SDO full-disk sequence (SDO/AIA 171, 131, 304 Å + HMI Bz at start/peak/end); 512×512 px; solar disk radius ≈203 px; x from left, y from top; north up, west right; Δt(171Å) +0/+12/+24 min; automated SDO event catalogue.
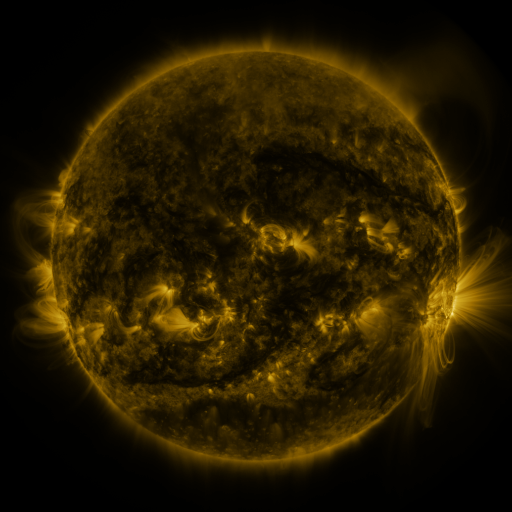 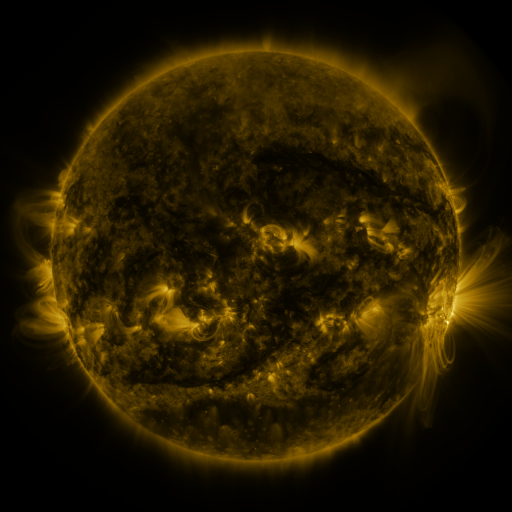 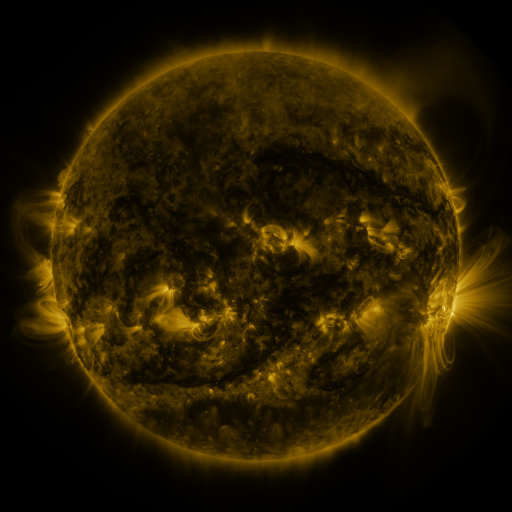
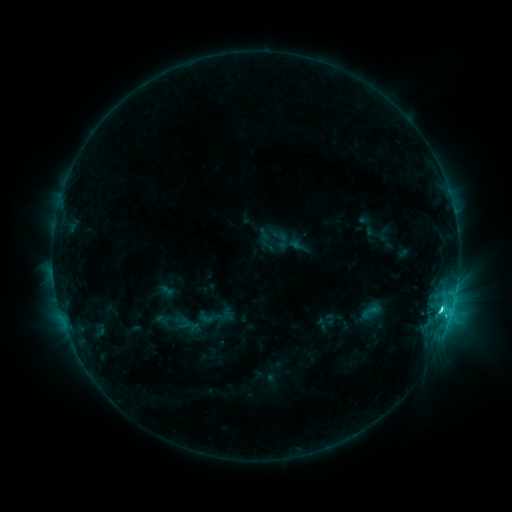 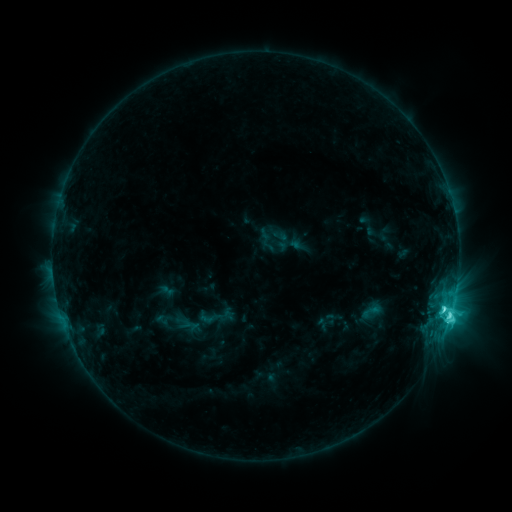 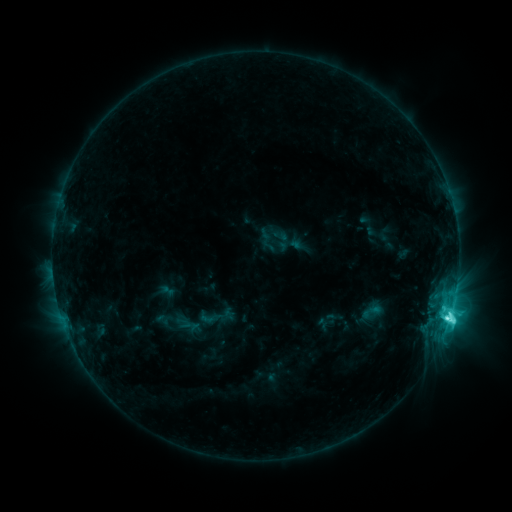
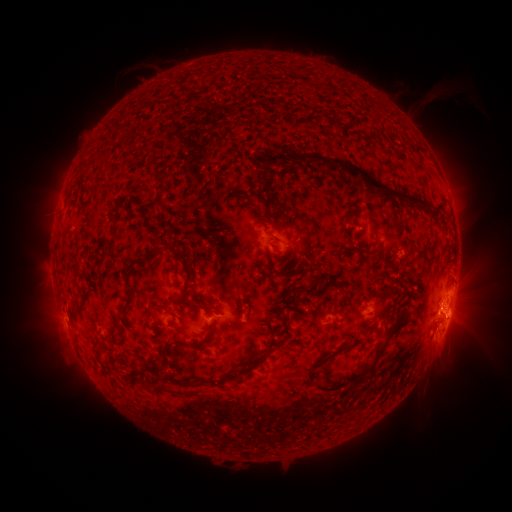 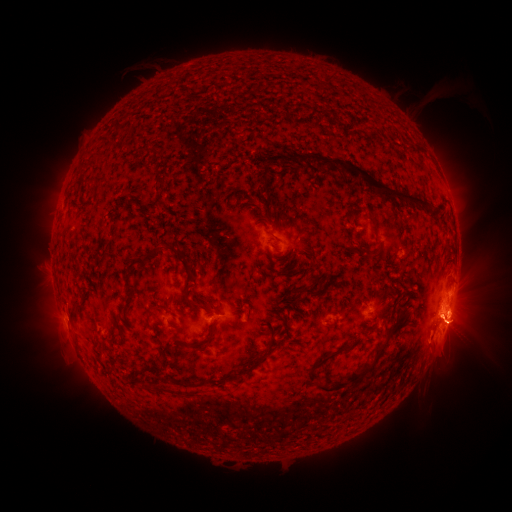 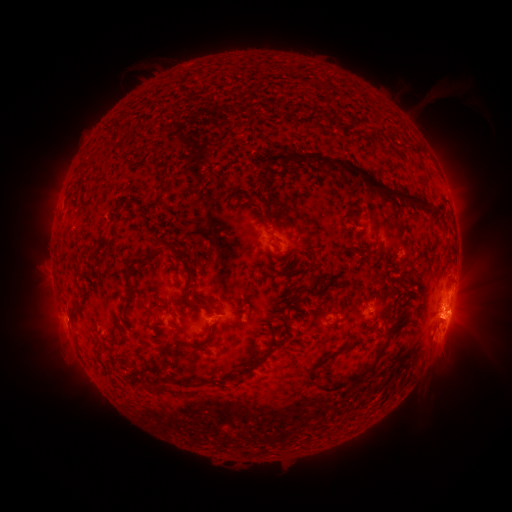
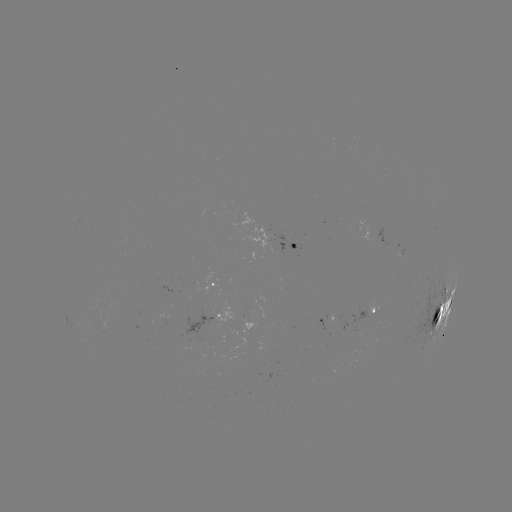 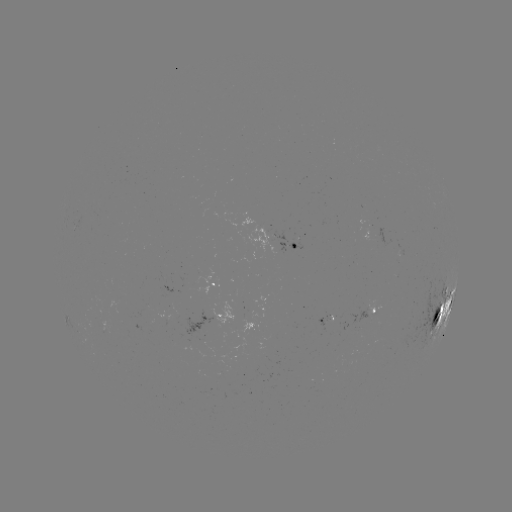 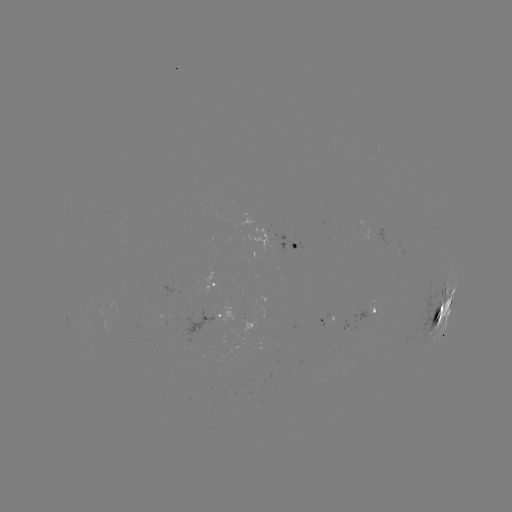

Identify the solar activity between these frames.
eruption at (452, 327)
